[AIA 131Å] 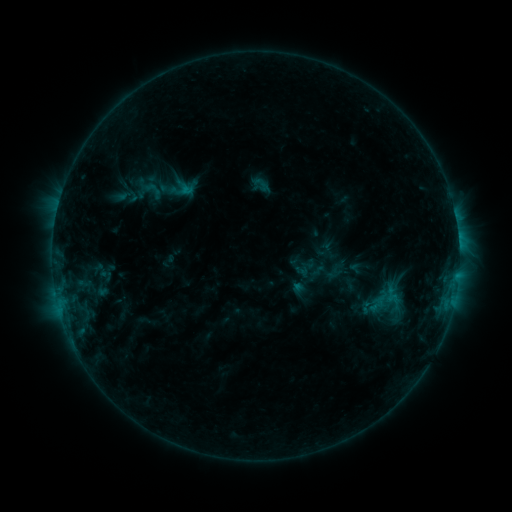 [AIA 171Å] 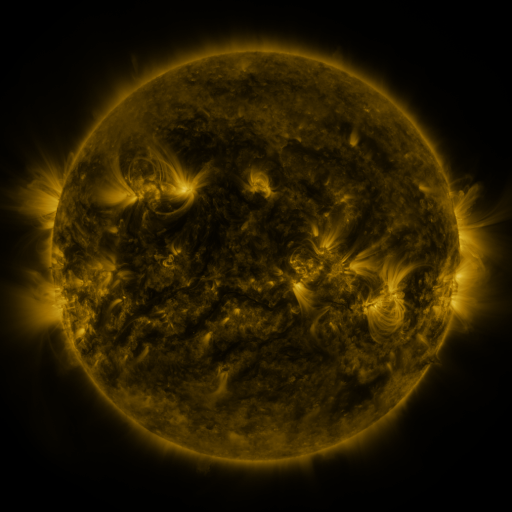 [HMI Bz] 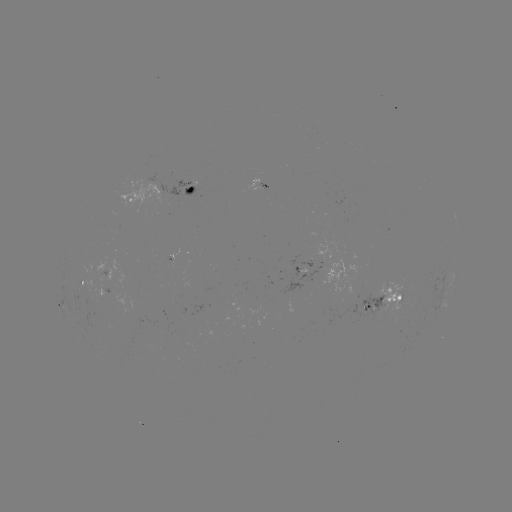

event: sigmoid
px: (261, 184)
